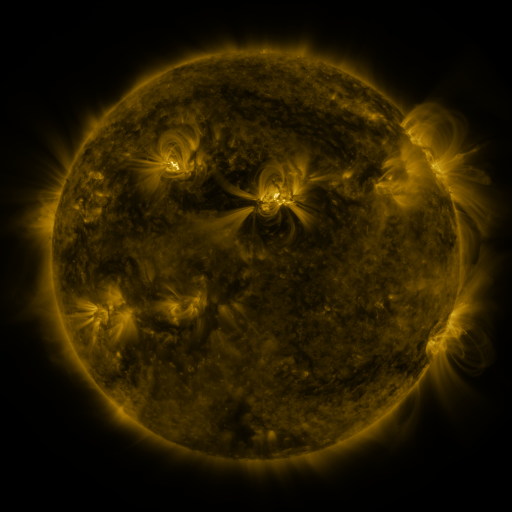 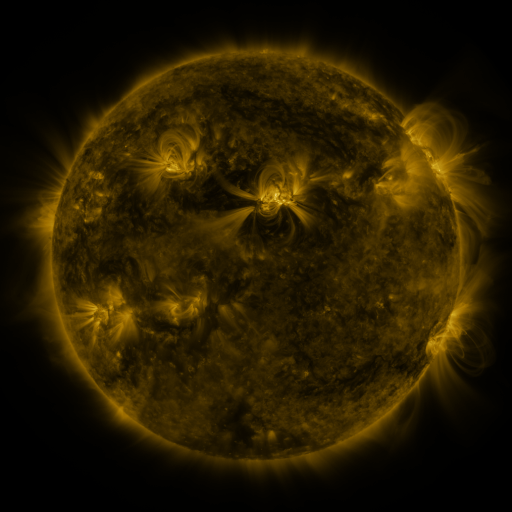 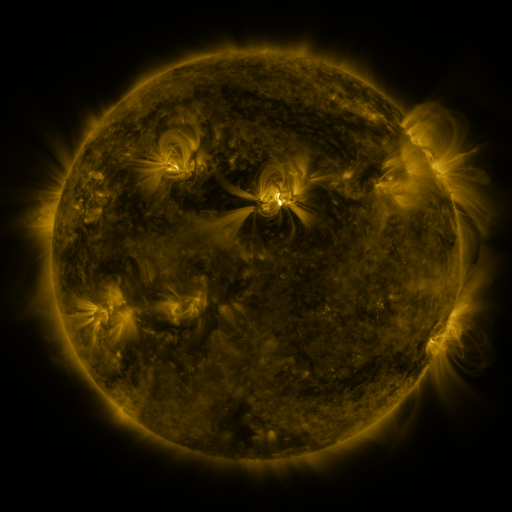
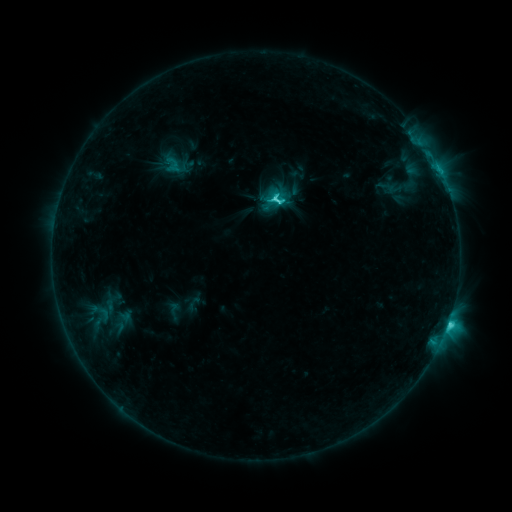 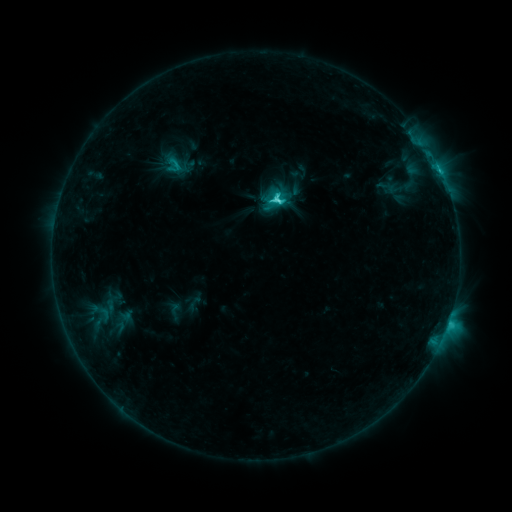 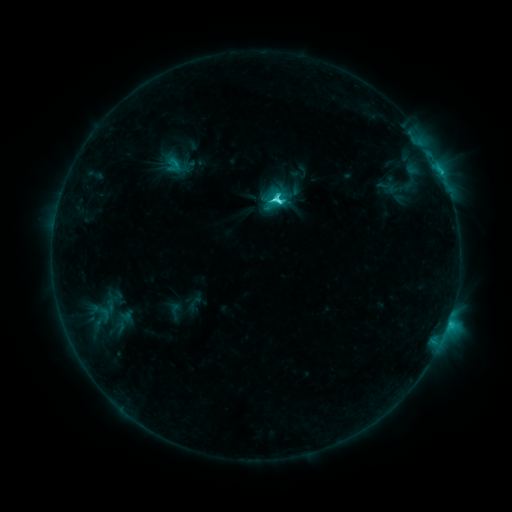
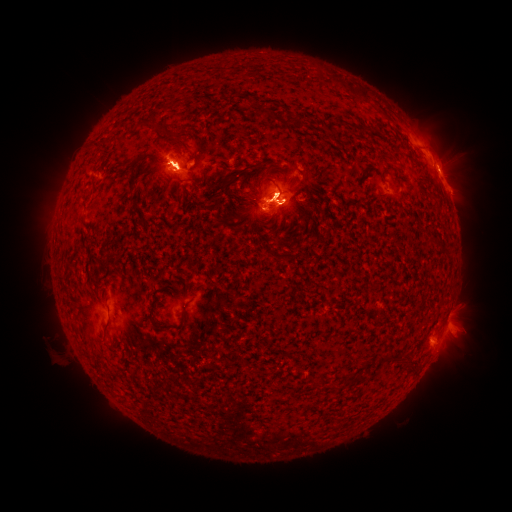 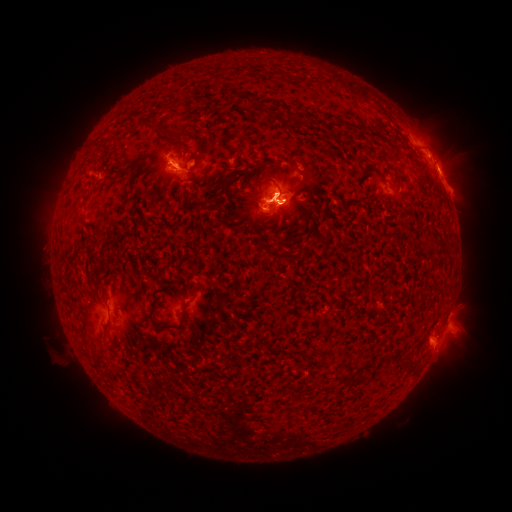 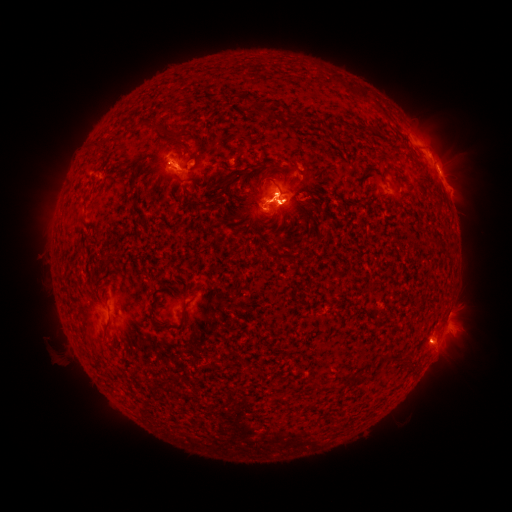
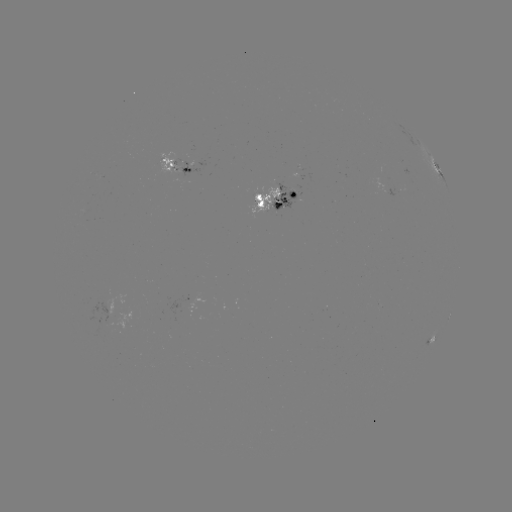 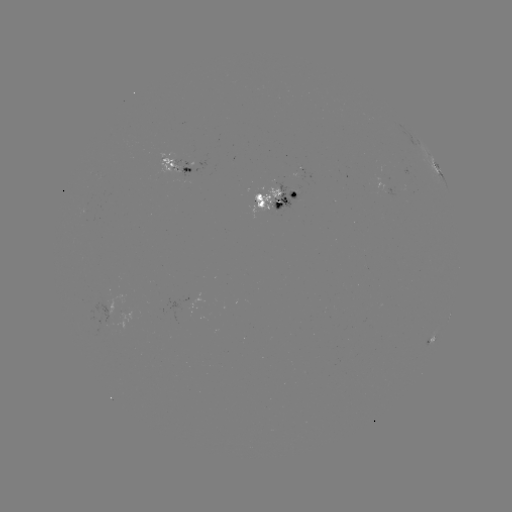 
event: eruption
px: (61, 188)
